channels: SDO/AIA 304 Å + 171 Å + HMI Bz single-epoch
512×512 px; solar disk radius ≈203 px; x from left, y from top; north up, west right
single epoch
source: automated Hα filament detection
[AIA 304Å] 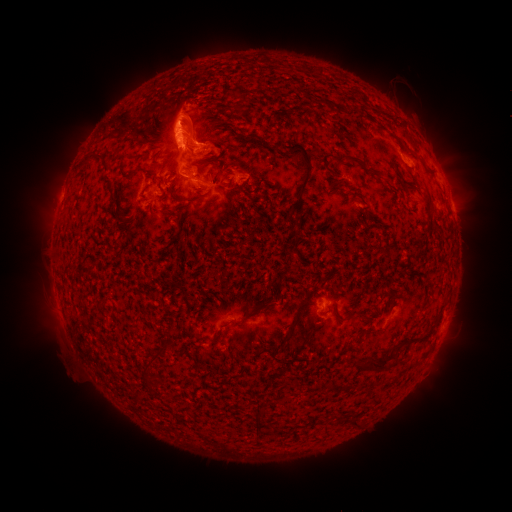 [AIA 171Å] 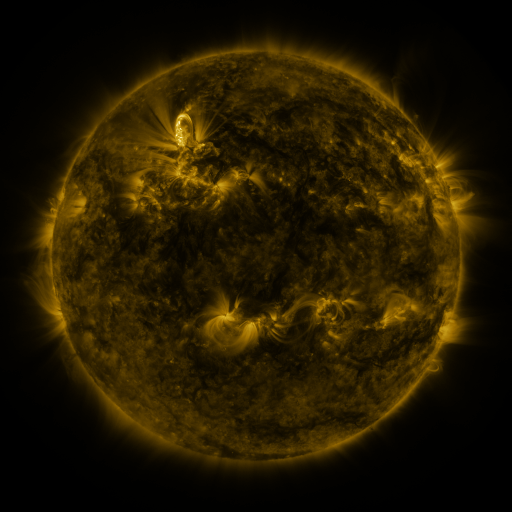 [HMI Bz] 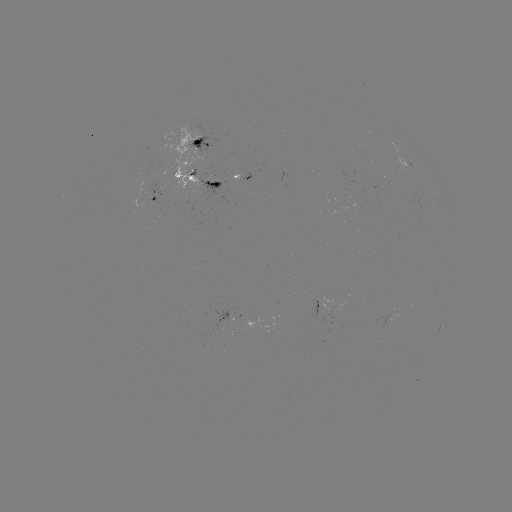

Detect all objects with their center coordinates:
filament: [300, 65, 307, 74]
filament: [232, 90, 247, 113]
filament: [175, 113, 196, 123]
filament: [220, 125, 267, 144]
filament: [255, 142, 278, 151]
filament: [280, 142, 313, 211]
filament: [306, 144, 320, 157]
filament: [78, 152, 105, 170]
filament: [329, 155, 342, 162]
filament: [345, 156, 374, 175]
filament: [210, 159, 221, 172]
filament: [118, 163, 145, 180]
filament: [148, 164, 163, 191]
filament: [236, 167, 245, 175]
filament: [327, 178, 342, 189]
filament: [400, 178, 433, 213]
filament: [338, 187, 348, 197]
filament: [177, 194, 206, 203]
filament: [159, 209, 177, 219]
filament: [286, 216, 298, 231]
filament: [179, 285, 190, 303]
filament: [245, 291, 275, 320]
filament: [303, 301, 313, 309]
filament: [355, 310, 371, 322]
filament: [211, 331, 222, 340]
filament: [405, 336, 420, 345]
filament: [354, 356, 389, 373]
filament: [146, 381, 159, 393]
filament: [253, 406, 266, 425]
filament: [348, 419, 358, 428]
